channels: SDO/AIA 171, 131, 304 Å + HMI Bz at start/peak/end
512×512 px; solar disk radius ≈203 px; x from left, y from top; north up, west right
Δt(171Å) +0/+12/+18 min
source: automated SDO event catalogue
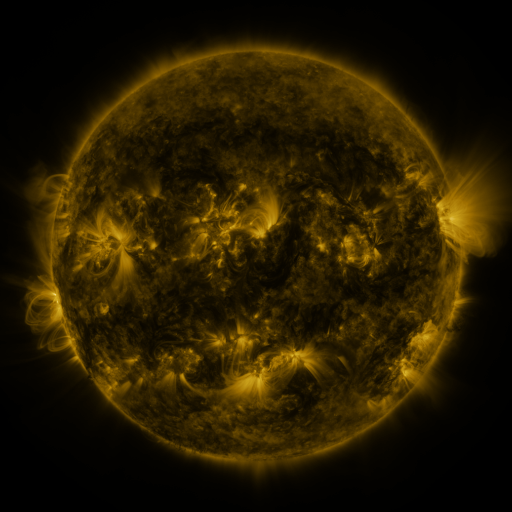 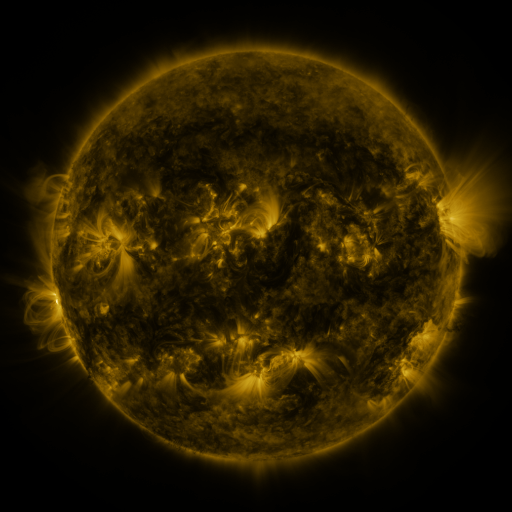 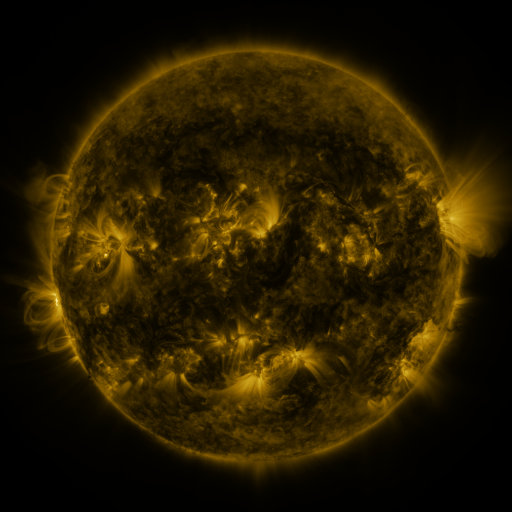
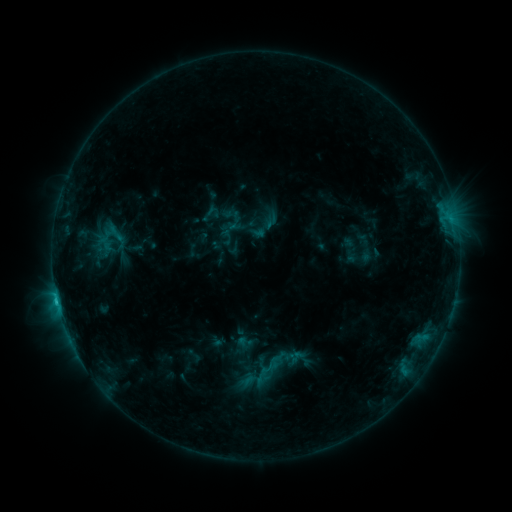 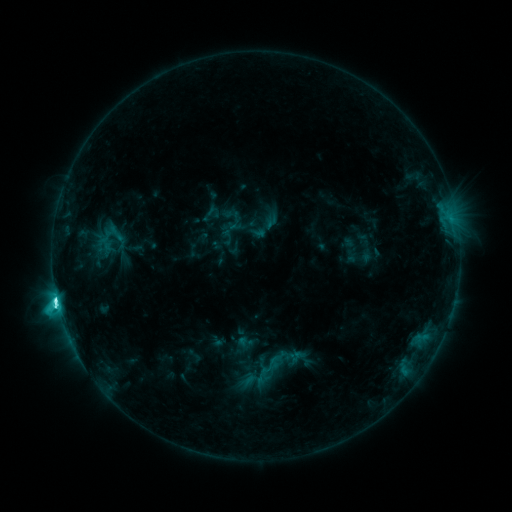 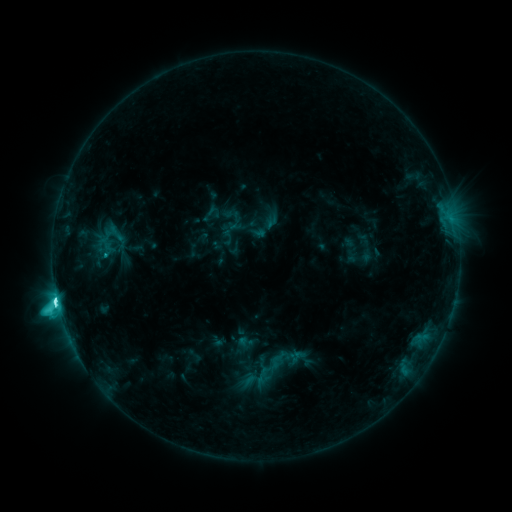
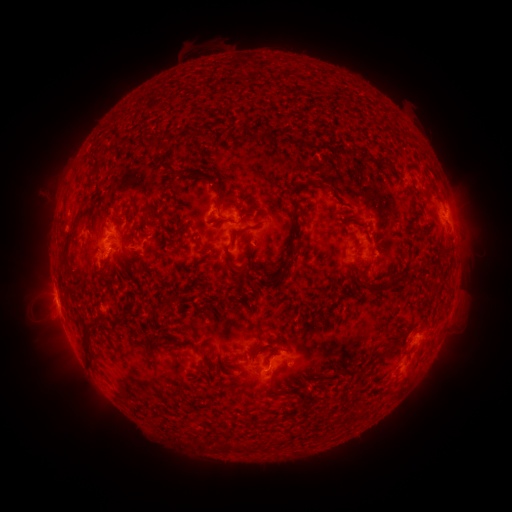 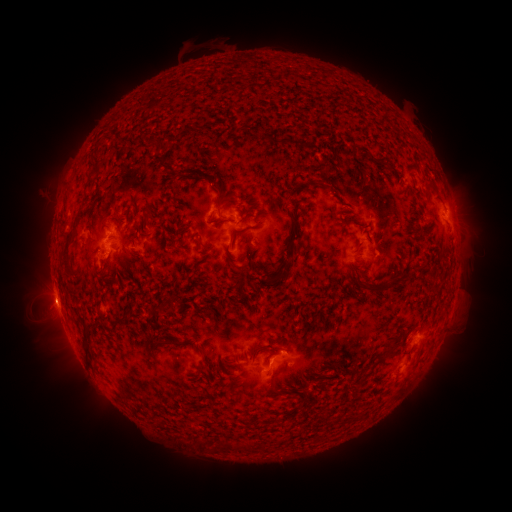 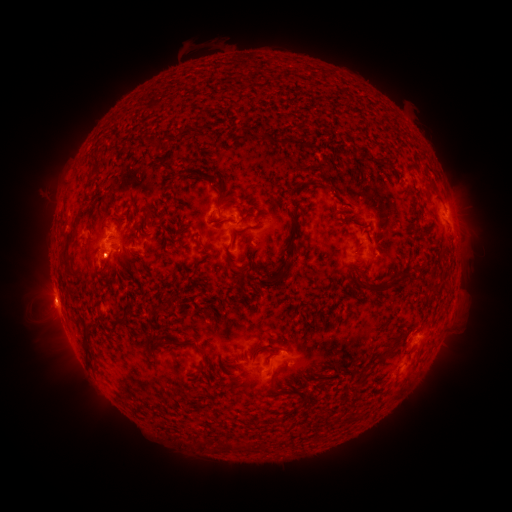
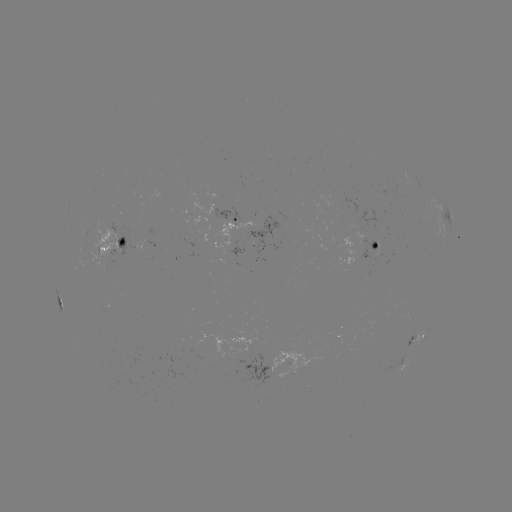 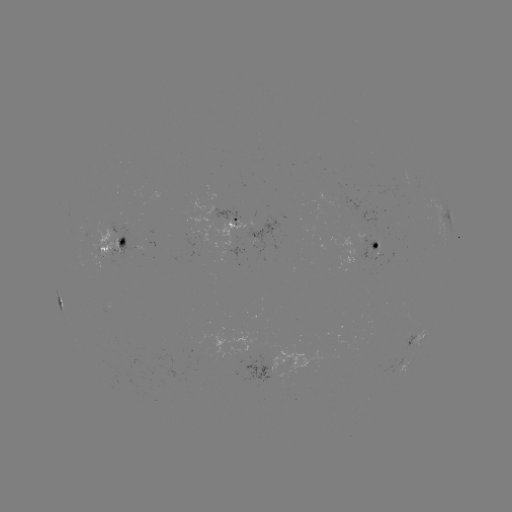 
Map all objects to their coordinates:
C7.8 flare: (57, 298)
